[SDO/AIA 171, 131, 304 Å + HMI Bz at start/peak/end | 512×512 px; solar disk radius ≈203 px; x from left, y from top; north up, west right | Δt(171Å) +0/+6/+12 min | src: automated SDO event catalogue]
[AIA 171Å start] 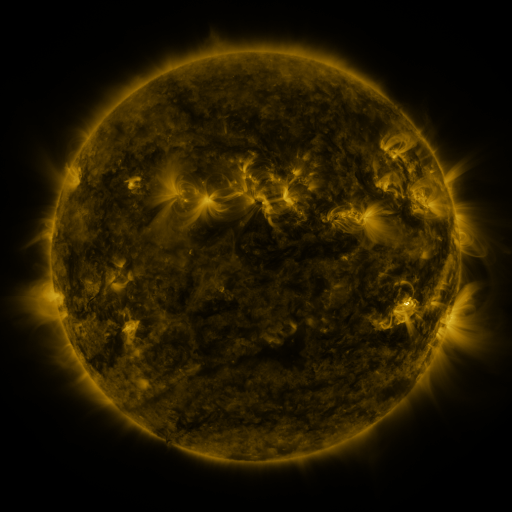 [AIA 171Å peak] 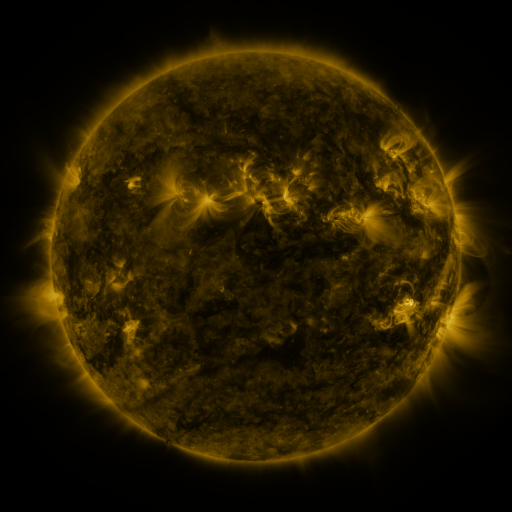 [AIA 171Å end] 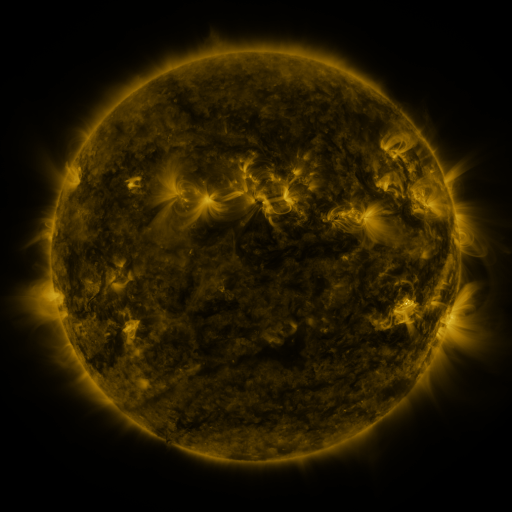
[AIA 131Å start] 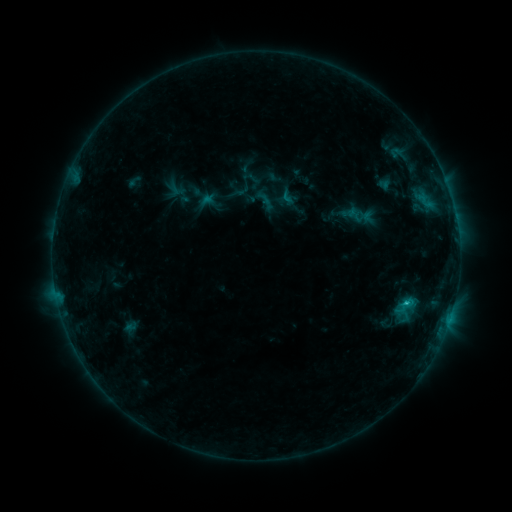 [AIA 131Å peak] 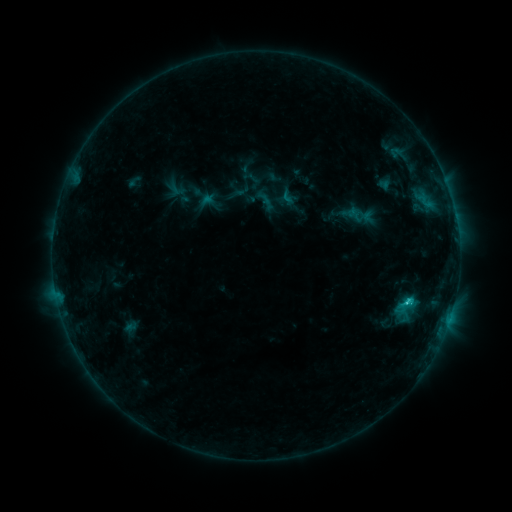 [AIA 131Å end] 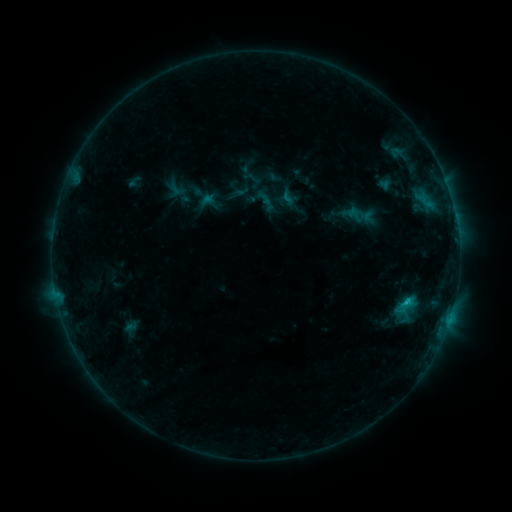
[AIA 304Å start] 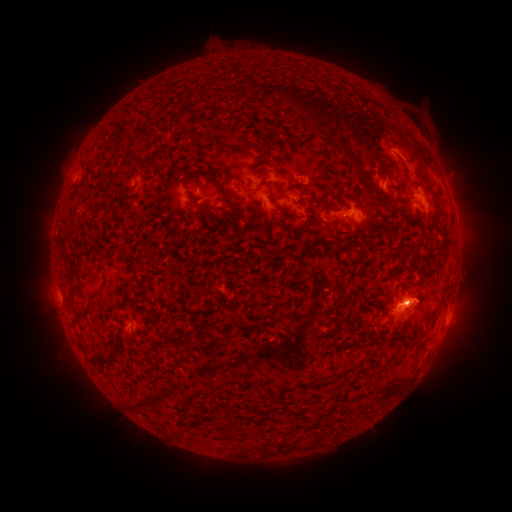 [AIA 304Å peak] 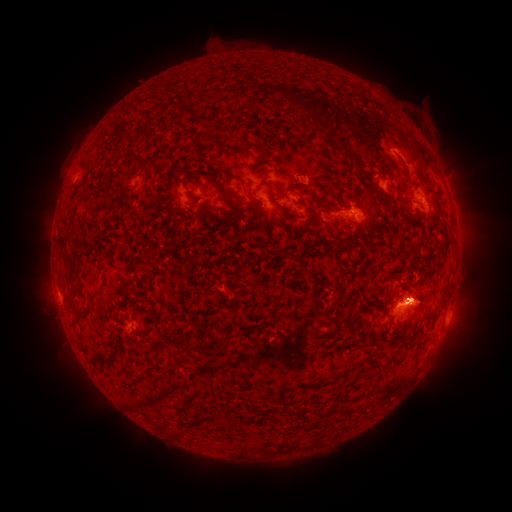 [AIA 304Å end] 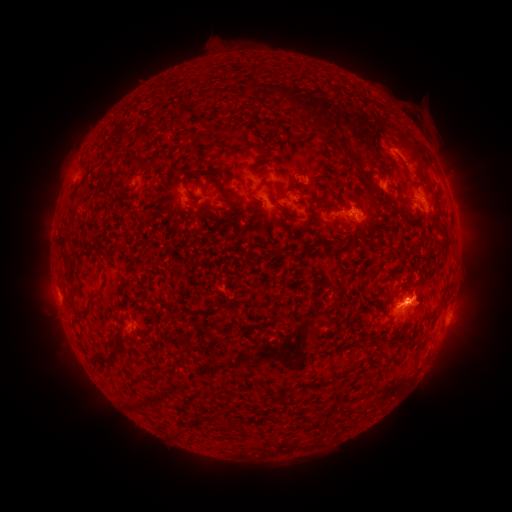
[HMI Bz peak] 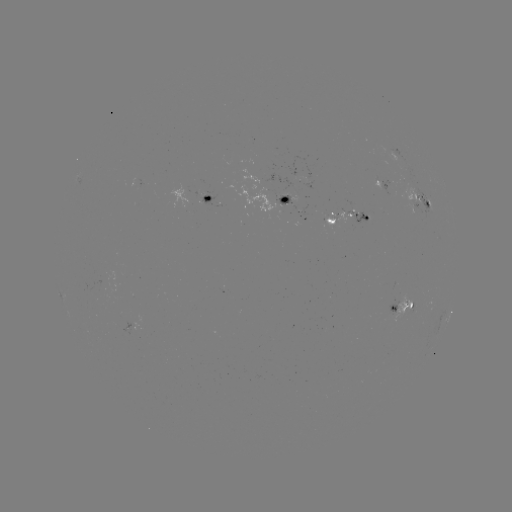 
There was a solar flare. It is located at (407, 299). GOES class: C1.5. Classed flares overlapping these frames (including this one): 1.